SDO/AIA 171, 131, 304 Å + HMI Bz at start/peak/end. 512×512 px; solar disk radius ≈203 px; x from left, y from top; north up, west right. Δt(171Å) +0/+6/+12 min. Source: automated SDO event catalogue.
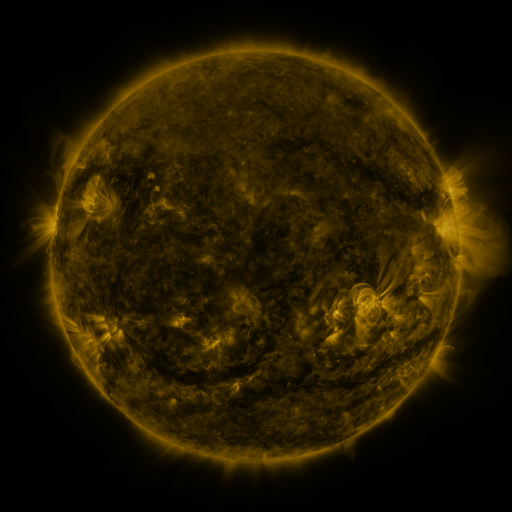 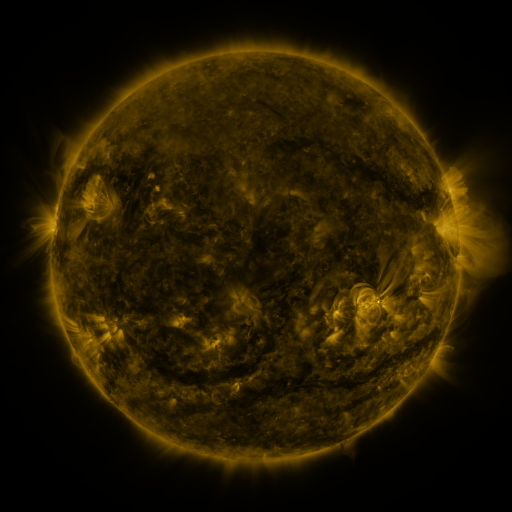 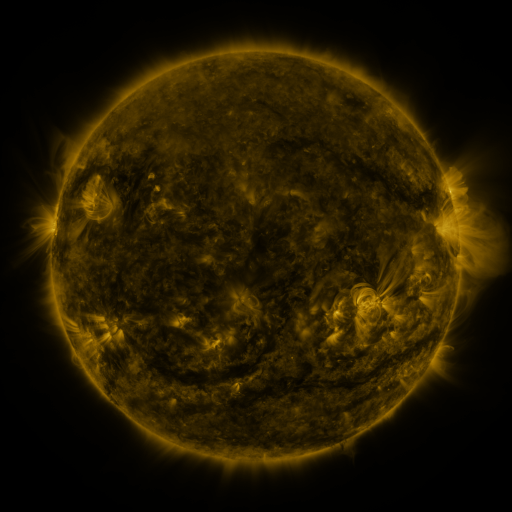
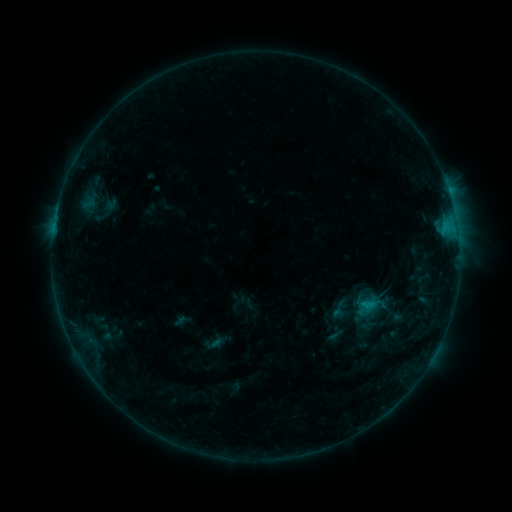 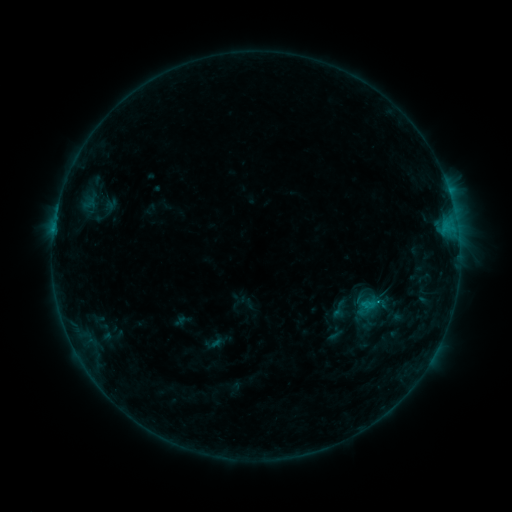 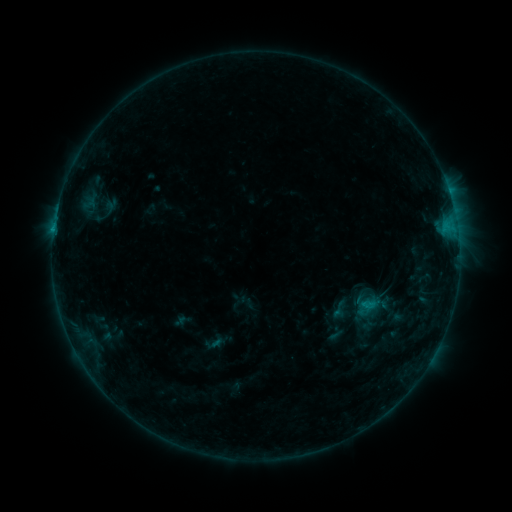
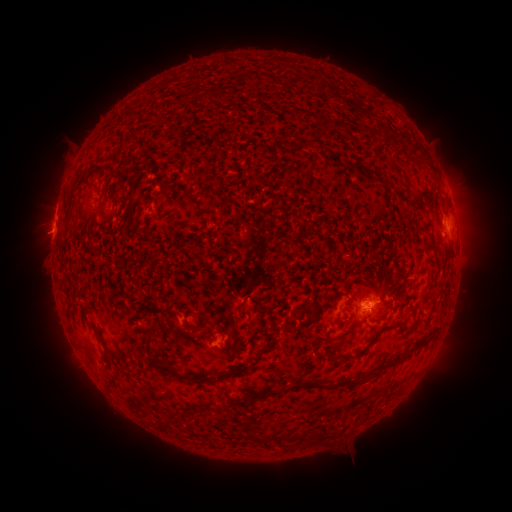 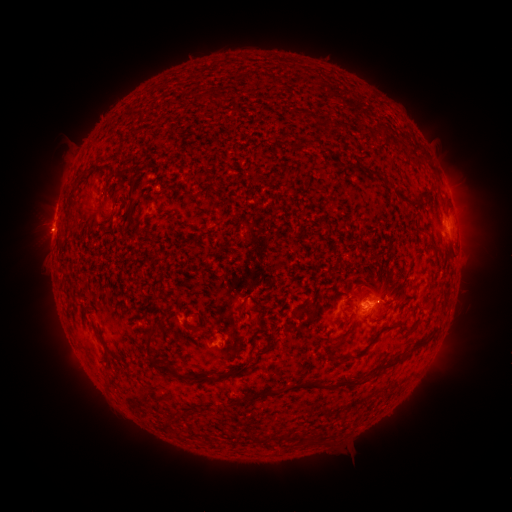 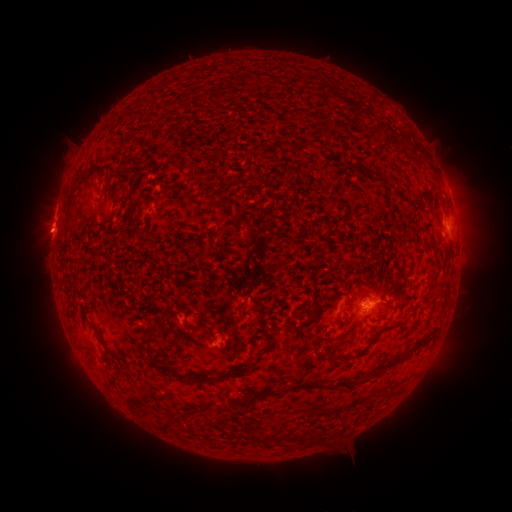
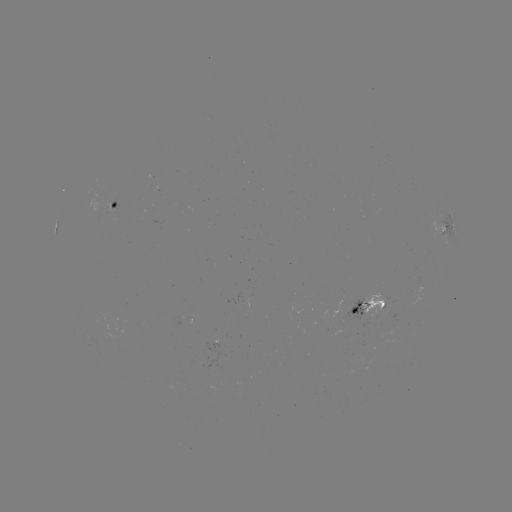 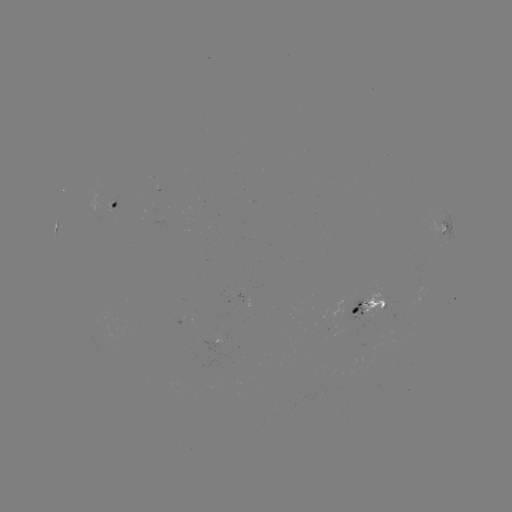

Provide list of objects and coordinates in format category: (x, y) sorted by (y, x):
C1.0 flare: (378, 301)
